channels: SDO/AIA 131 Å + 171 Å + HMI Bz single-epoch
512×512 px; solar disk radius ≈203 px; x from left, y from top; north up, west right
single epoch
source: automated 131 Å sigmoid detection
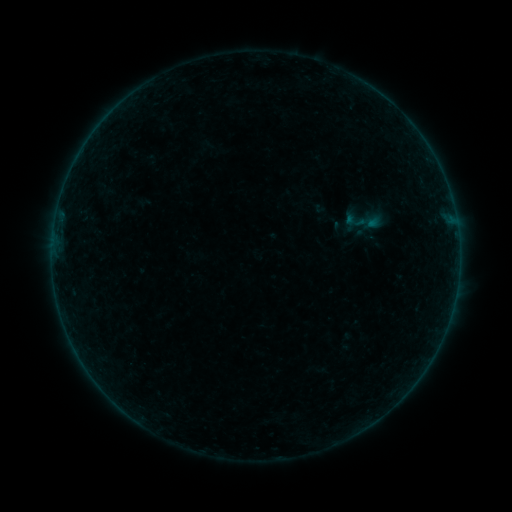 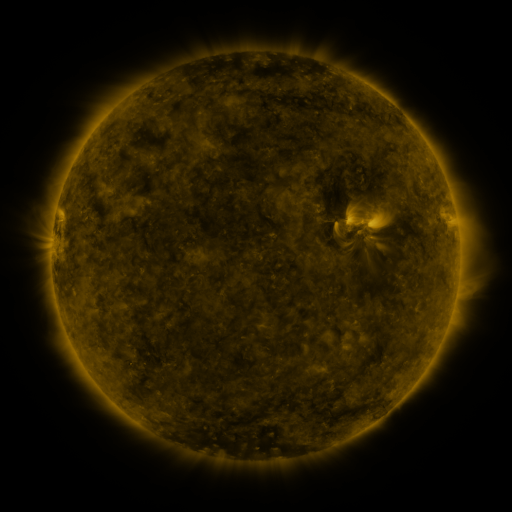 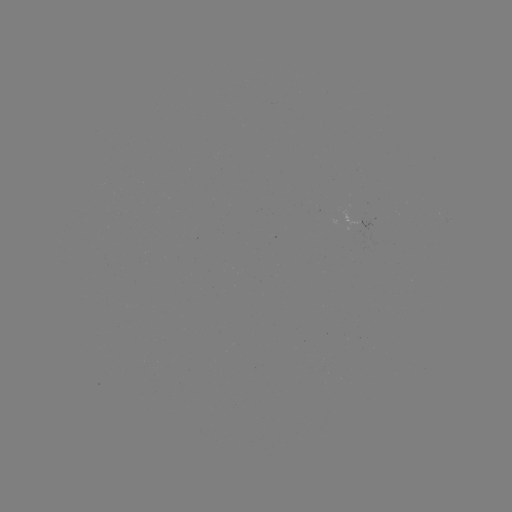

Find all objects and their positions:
sigmoid: <bbox>338, 197, 388, 243</bbox>
